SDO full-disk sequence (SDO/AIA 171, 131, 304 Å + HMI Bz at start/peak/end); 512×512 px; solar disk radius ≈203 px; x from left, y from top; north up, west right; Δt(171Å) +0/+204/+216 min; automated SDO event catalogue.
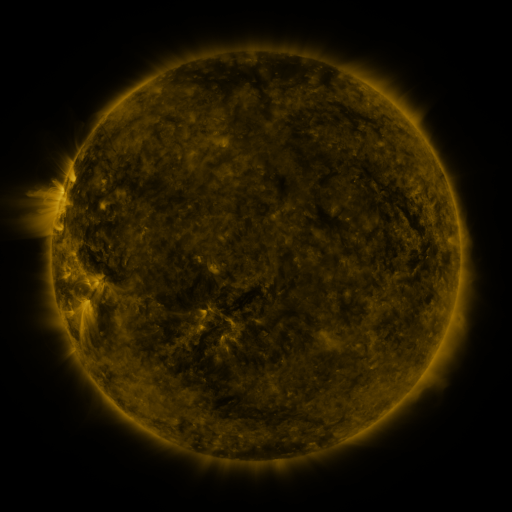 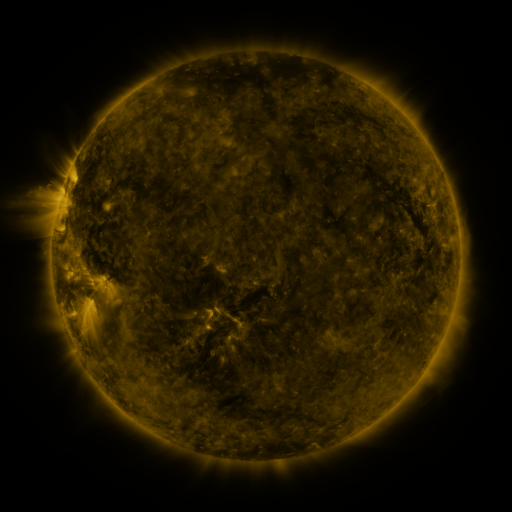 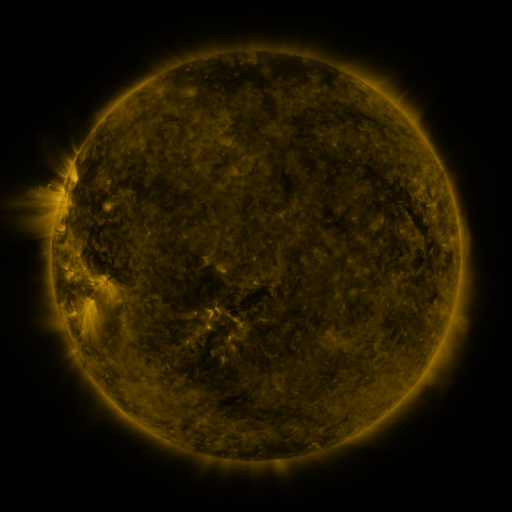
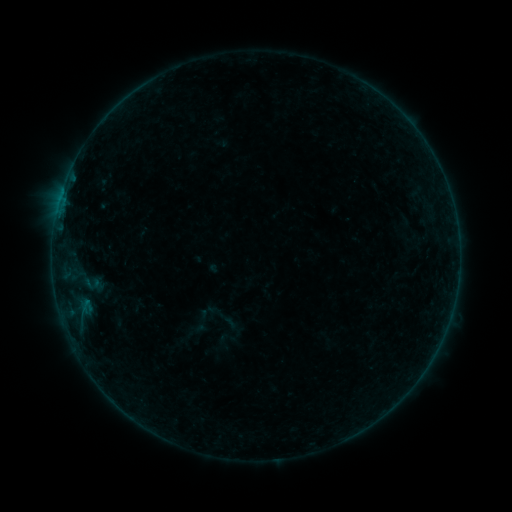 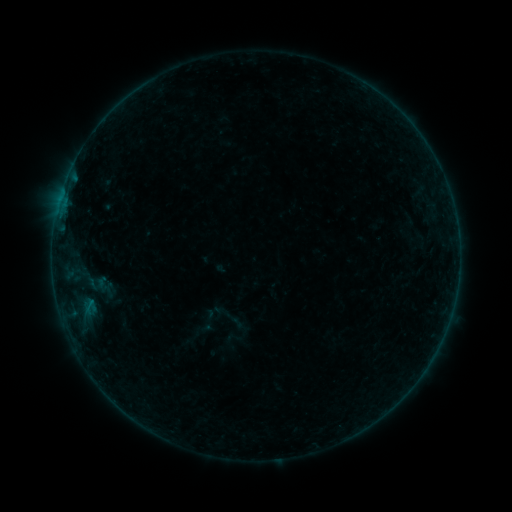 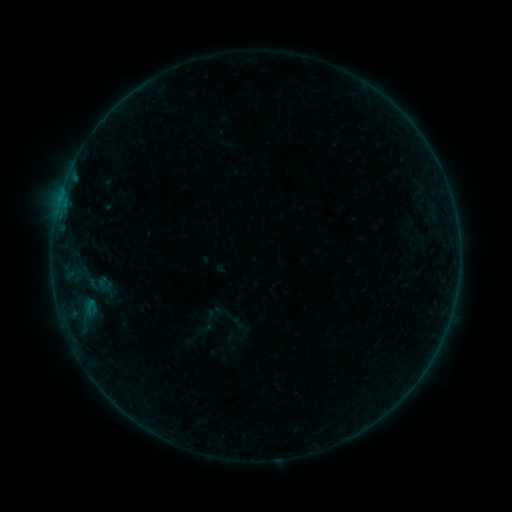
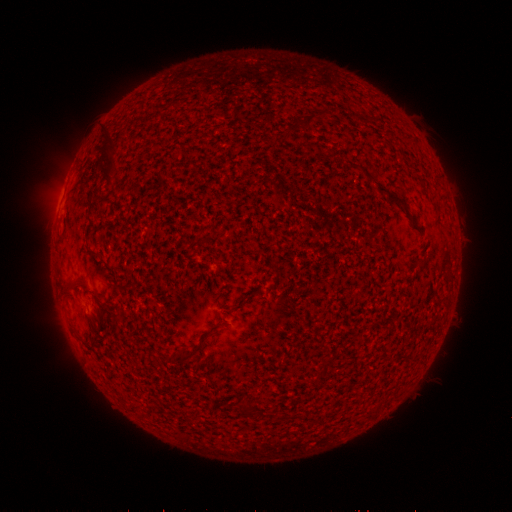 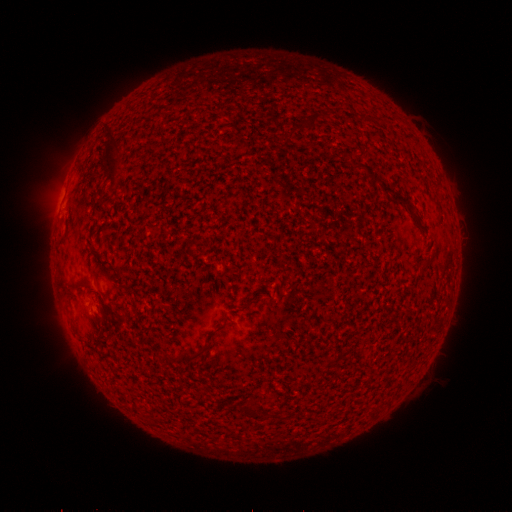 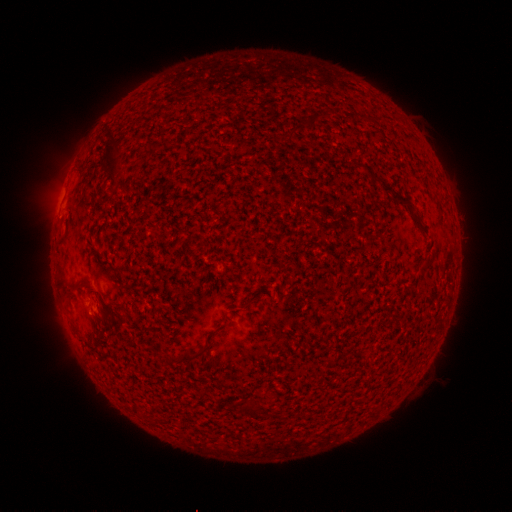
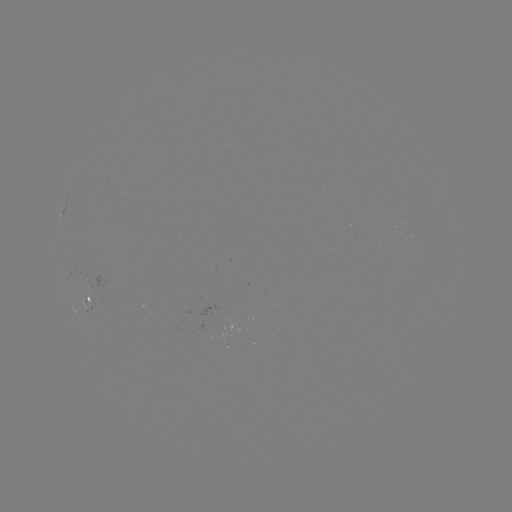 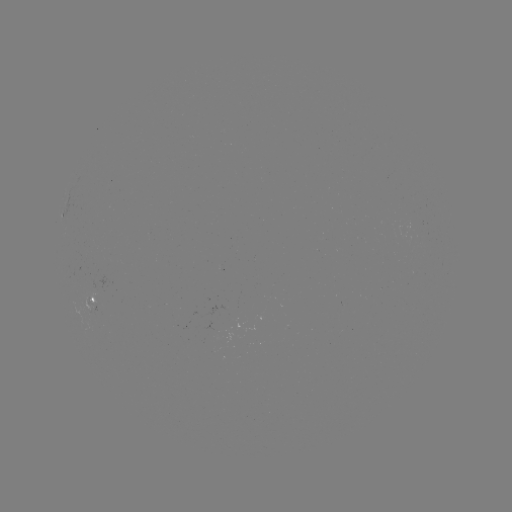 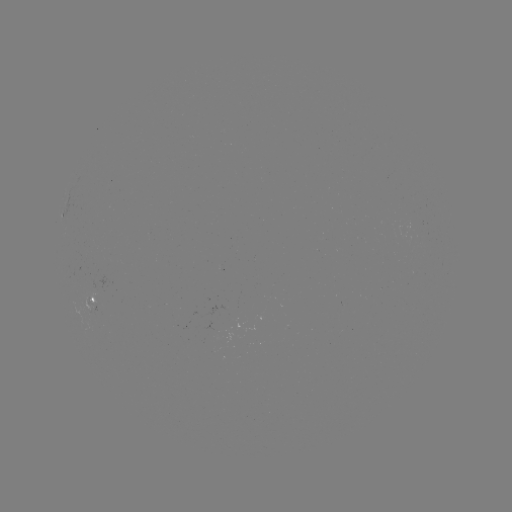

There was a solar emerging-flux region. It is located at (91, 307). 